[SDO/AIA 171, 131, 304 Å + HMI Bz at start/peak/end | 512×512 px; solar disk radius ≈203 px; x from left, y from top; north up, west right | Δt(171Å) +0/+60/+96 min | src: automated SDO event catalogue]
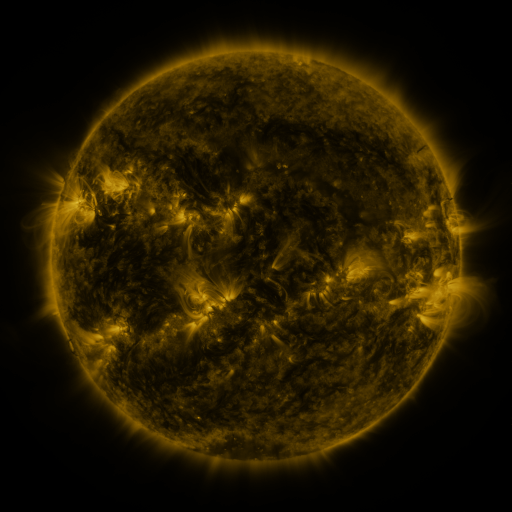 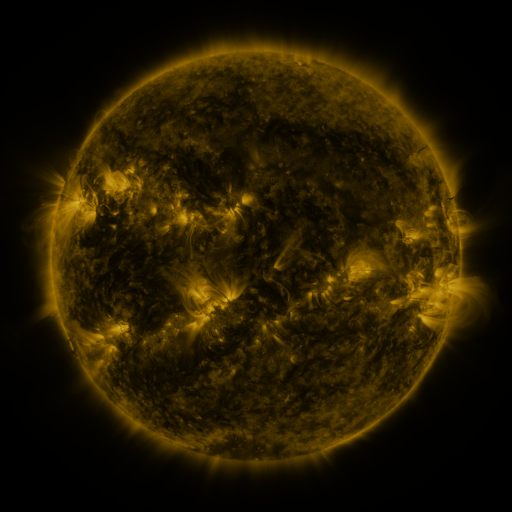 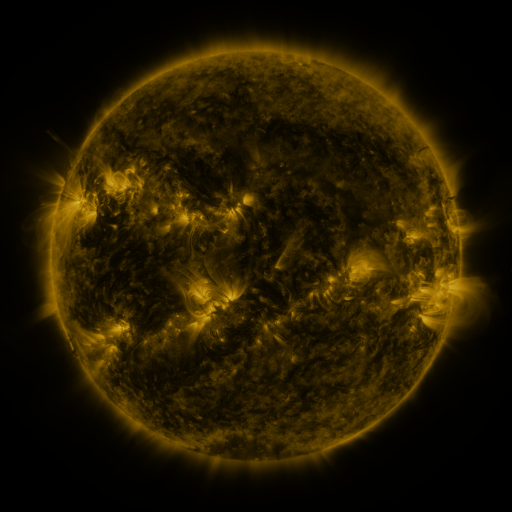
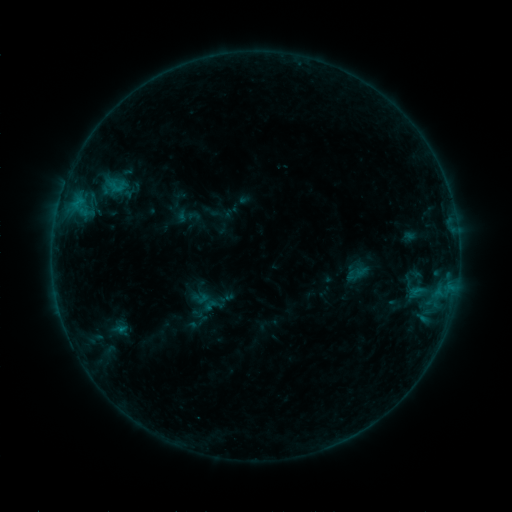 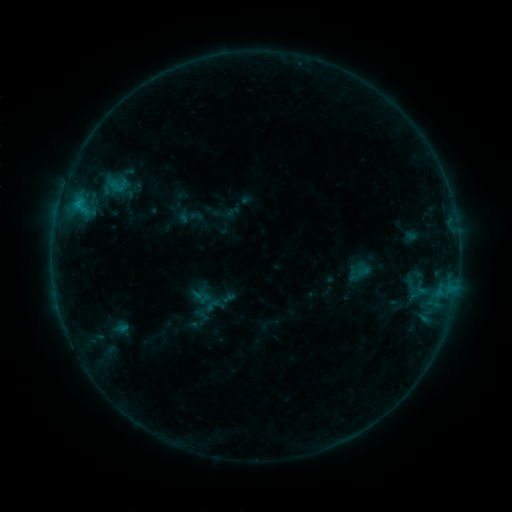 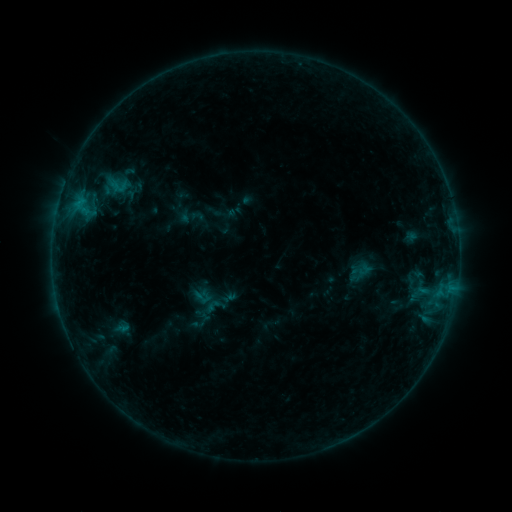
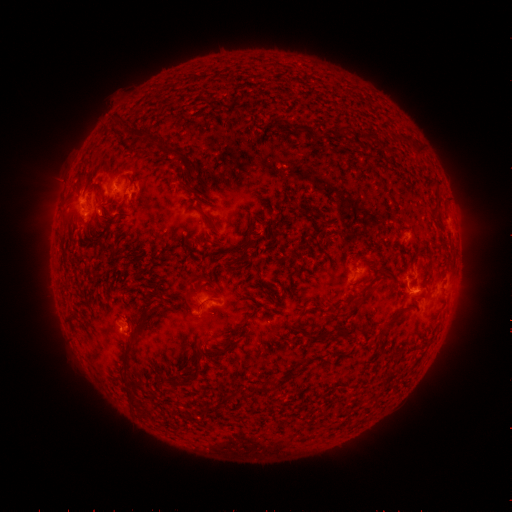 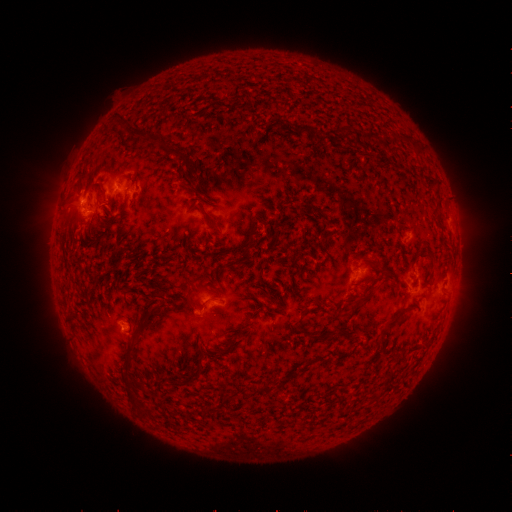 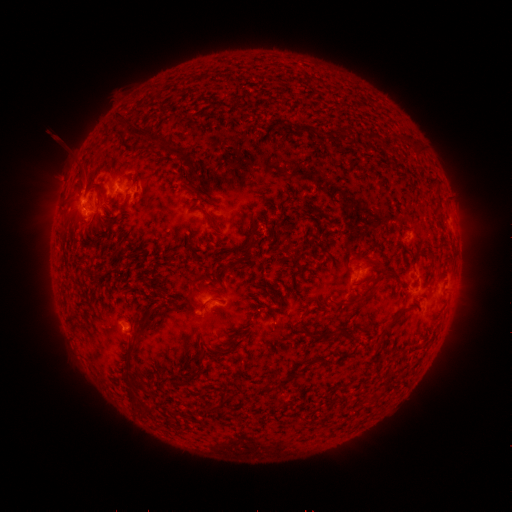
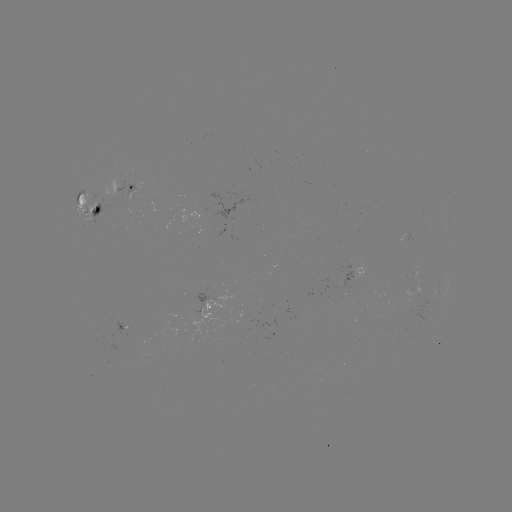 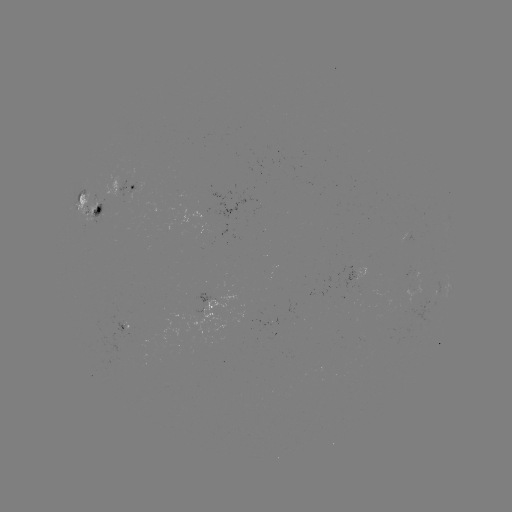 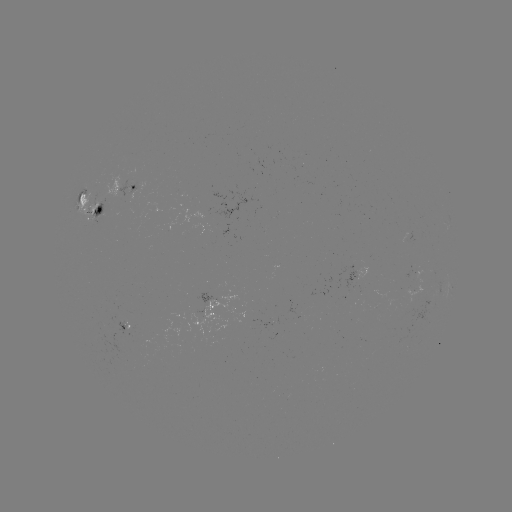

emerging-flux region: [126, 341, 146, 348]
